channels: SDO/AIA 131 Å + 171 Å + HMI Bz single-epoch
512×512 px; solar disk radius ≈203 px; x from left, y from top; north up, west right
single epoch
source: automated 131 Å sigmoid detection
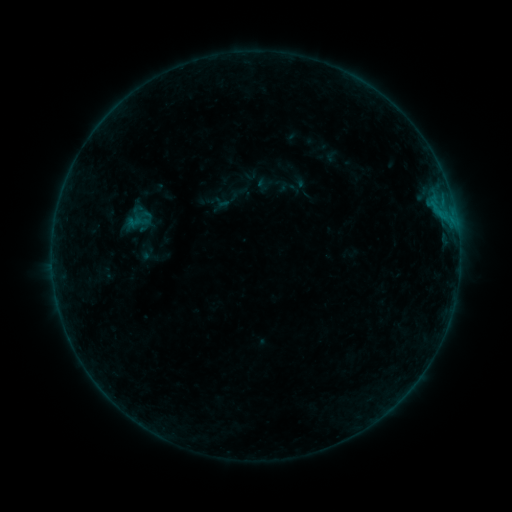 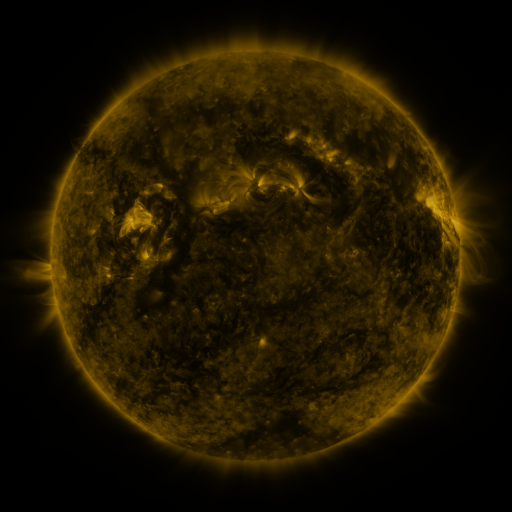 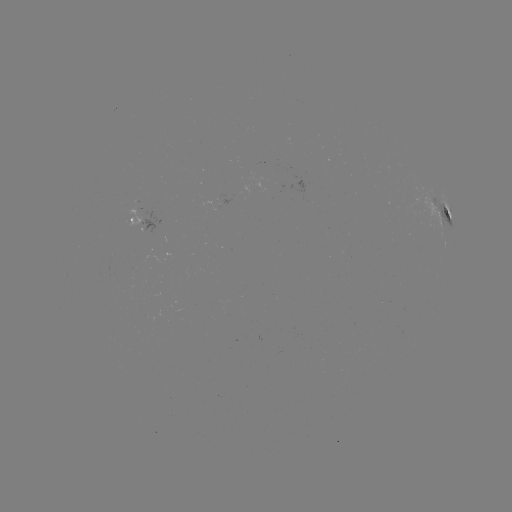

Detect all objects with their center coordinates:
sigmoid: (134, 221)
